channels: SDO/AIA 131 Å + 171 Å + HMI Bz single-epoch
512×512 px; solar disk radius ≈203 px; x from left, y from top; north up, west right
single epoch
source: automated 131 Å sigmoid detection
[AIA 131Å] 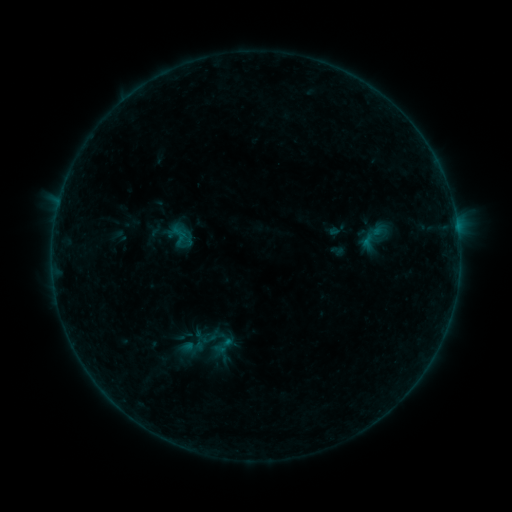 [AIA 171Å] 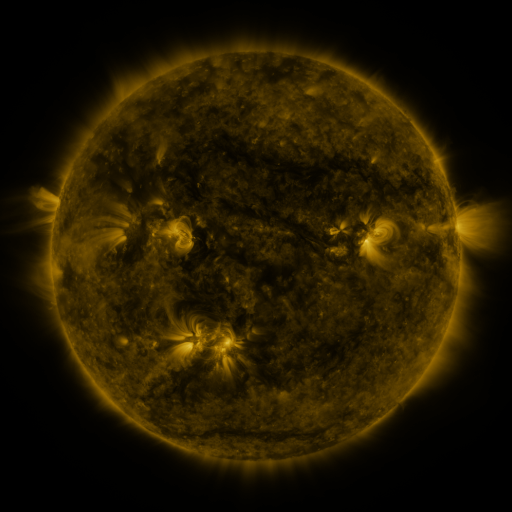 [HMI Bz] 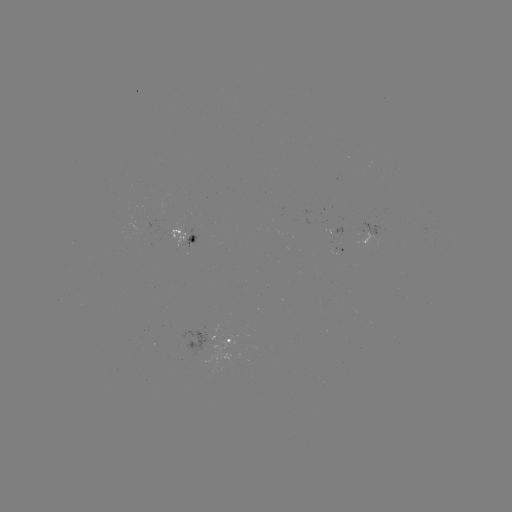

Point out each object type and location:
sigmoid: (223, 346)
